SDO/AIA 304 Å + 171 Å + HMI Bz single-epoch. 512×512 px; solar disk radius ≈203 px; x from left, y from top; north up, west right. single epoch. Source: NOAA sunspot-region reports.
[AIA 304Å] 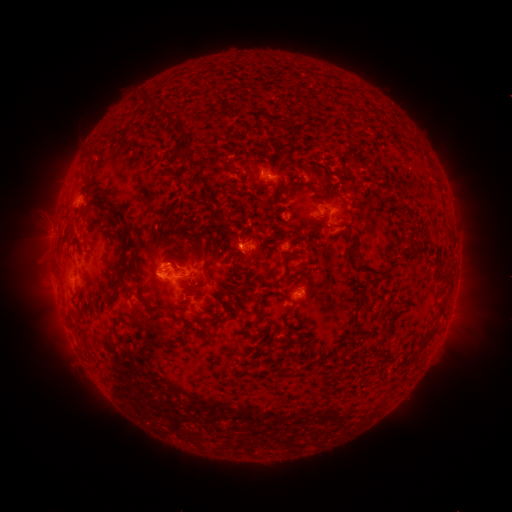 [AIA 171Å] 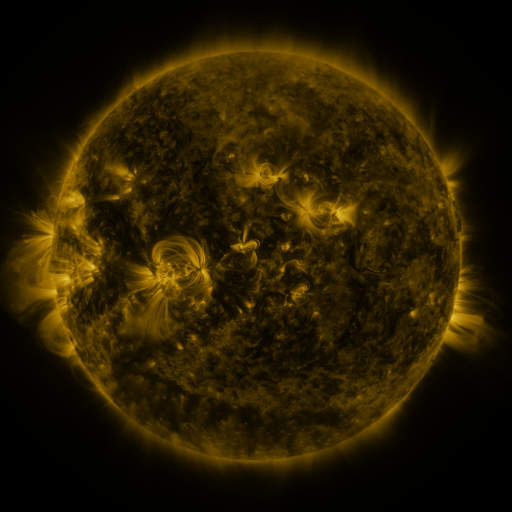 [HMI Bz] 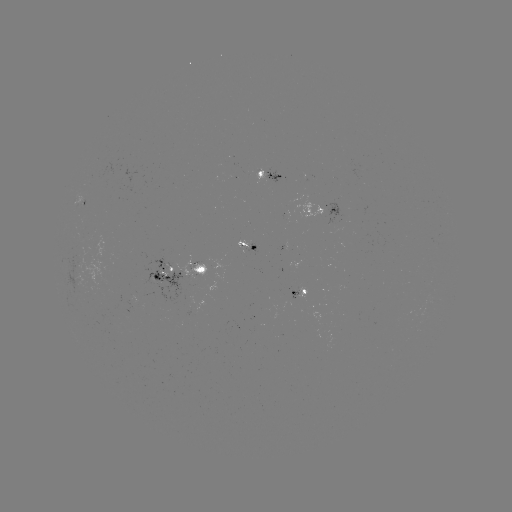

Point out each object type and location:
spotted active region: (269, 177)
spotted active region: (84, 200)
spotted active region: (331, 212)
spotted active region: (245, 246)
spotted active region: (273, 246)
spotted active region: (180, 276)
spotted active region: (303, 293)
